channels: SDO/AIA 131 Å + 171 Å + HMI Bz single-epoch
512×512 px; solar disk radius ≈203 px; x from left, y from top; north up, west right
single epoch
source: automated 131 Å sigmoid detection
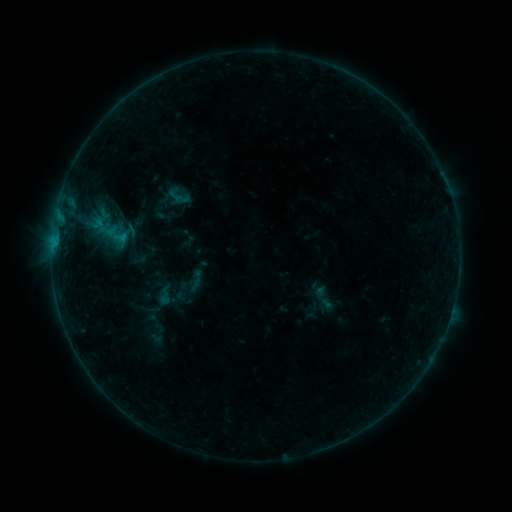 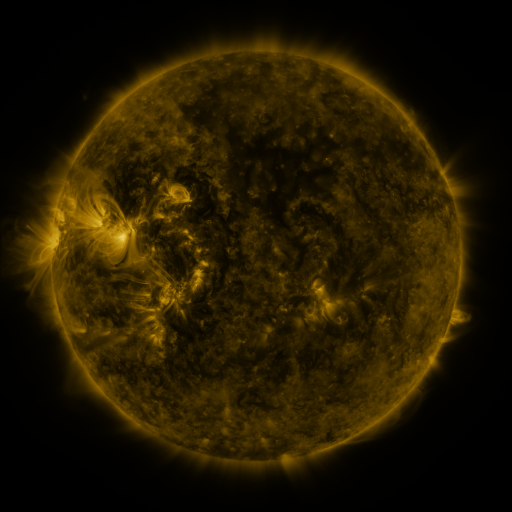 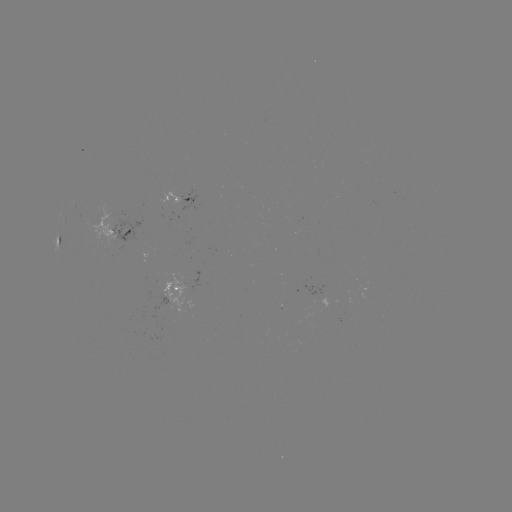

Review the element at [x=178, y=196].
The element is sigmoid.